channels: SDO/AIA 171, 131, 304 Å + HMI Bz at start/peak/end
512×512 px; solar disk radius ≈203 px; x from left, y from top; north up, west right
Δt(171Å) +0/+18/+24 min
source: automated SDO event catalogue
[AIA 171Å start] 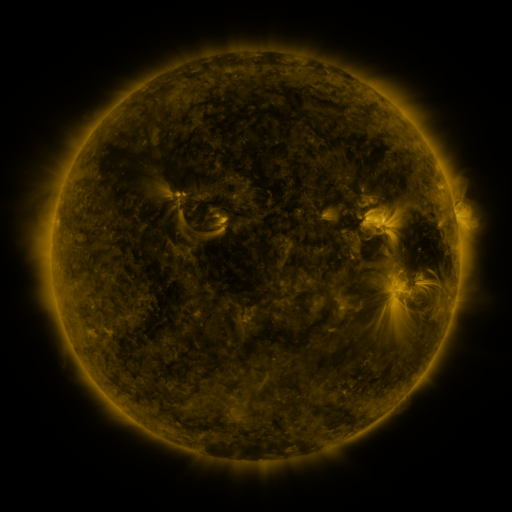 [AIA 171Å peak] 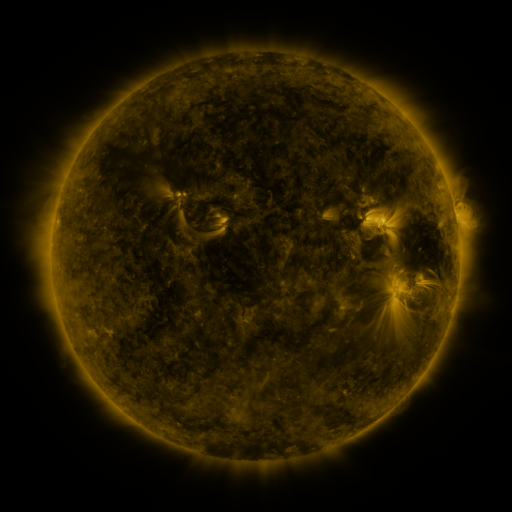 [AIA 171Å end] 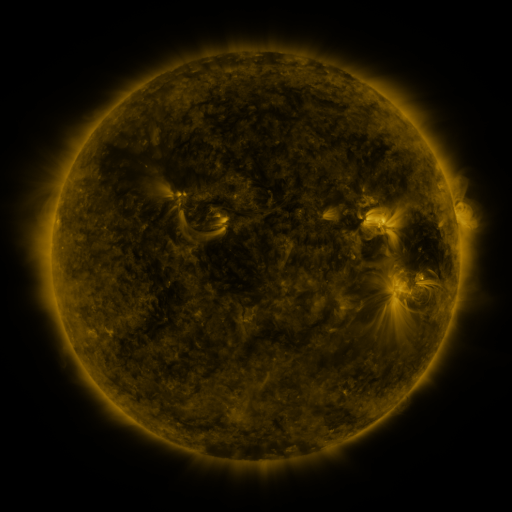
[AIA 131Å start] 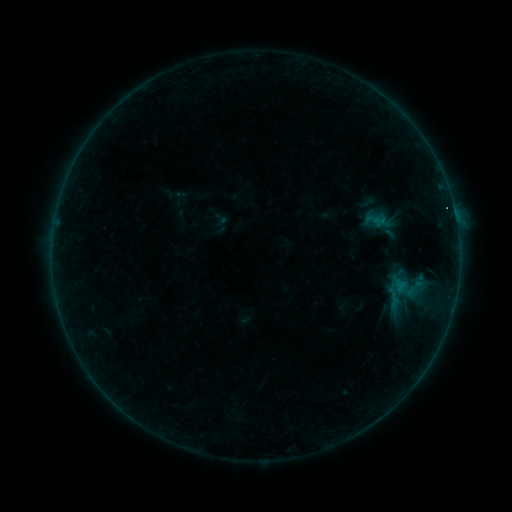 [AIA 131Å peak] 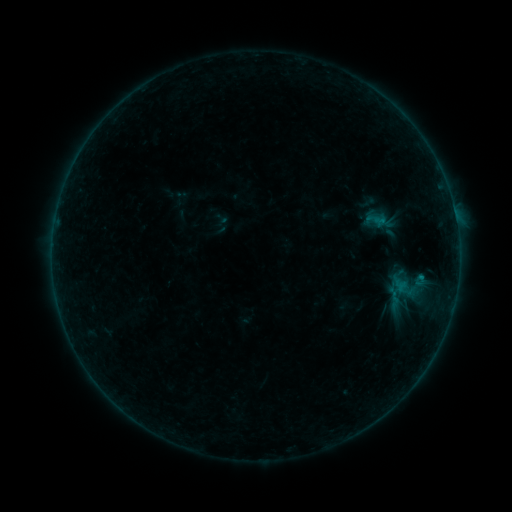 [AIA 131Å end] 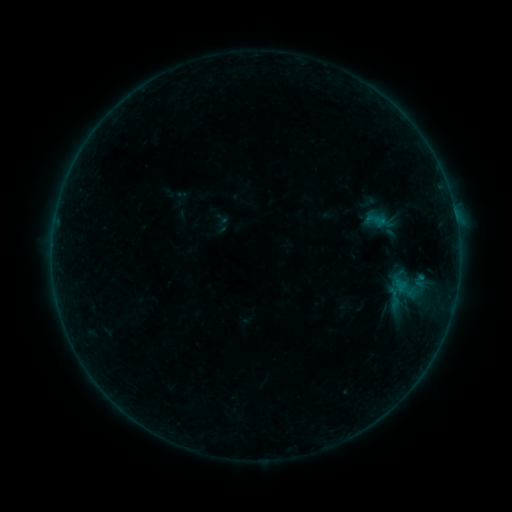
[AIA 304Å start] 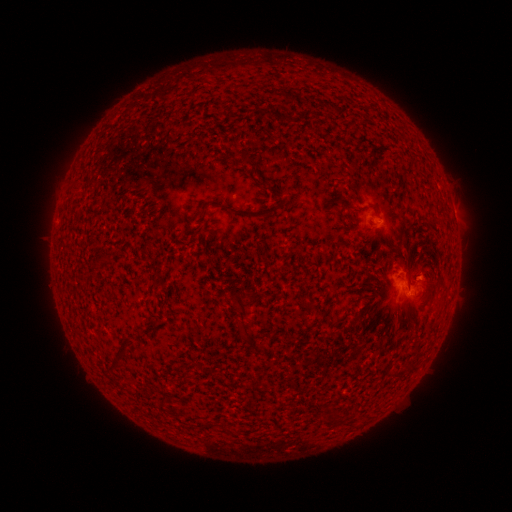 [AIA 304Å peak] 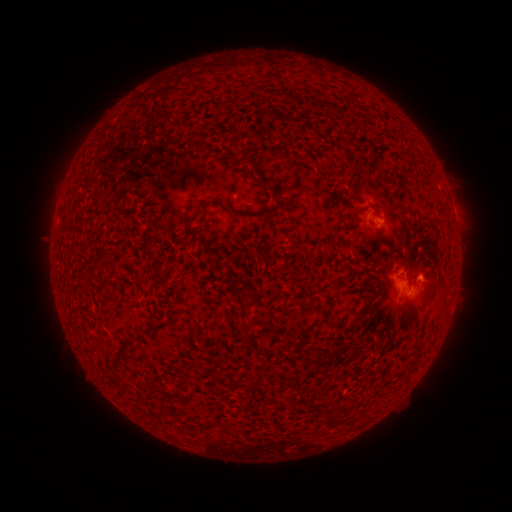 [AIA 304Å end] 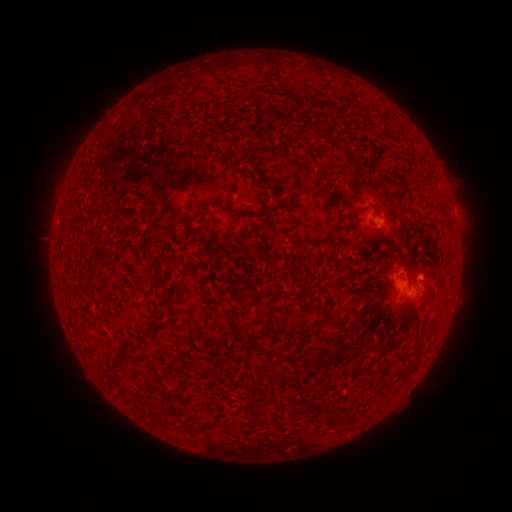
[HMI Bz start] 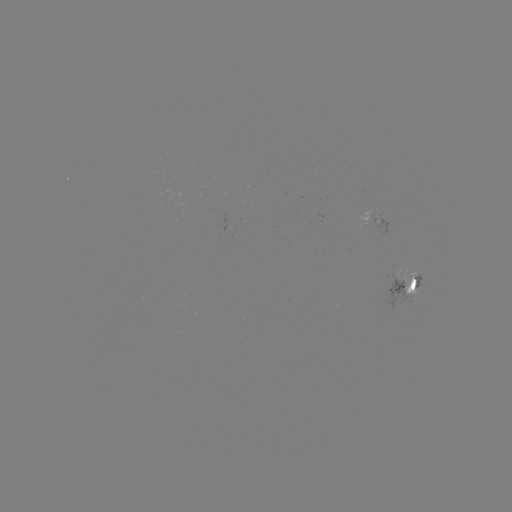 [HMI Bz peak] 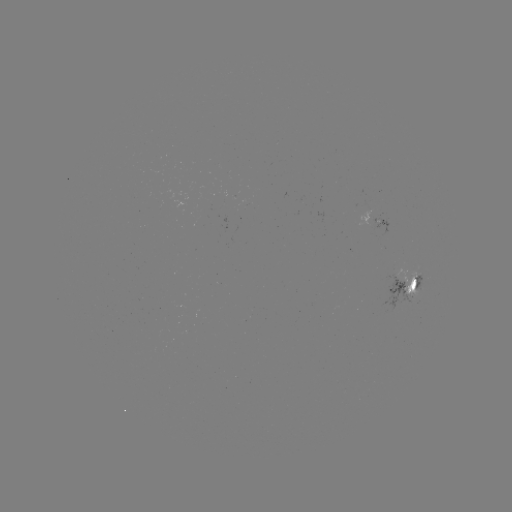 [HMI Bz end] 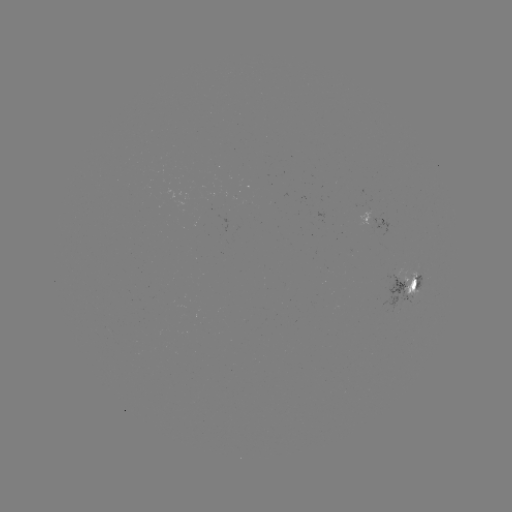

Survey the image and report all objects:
B3.0 flare: (420, 275)
